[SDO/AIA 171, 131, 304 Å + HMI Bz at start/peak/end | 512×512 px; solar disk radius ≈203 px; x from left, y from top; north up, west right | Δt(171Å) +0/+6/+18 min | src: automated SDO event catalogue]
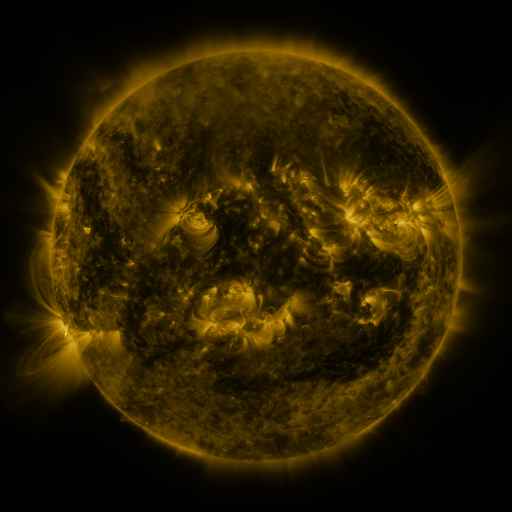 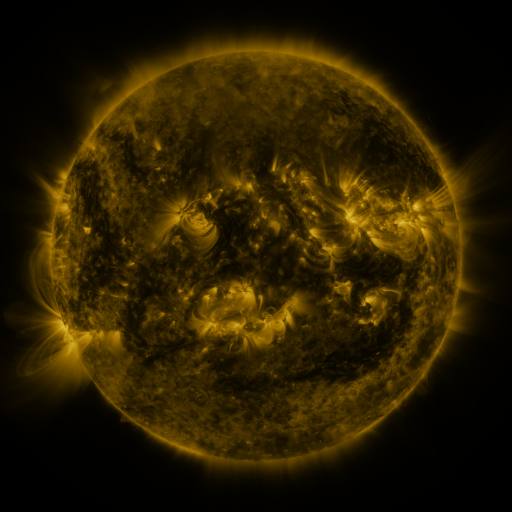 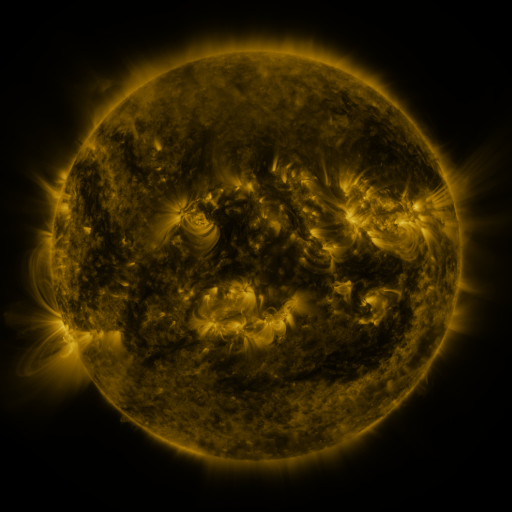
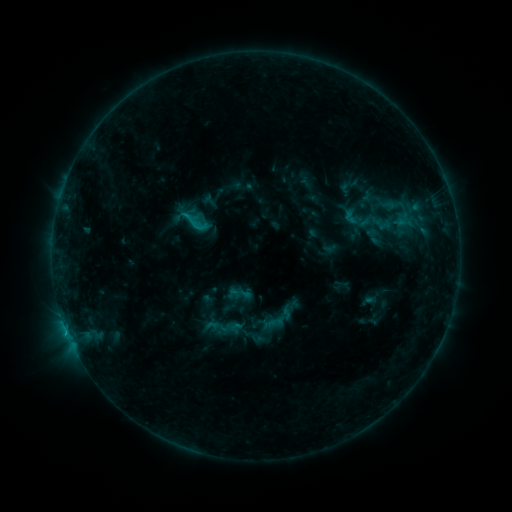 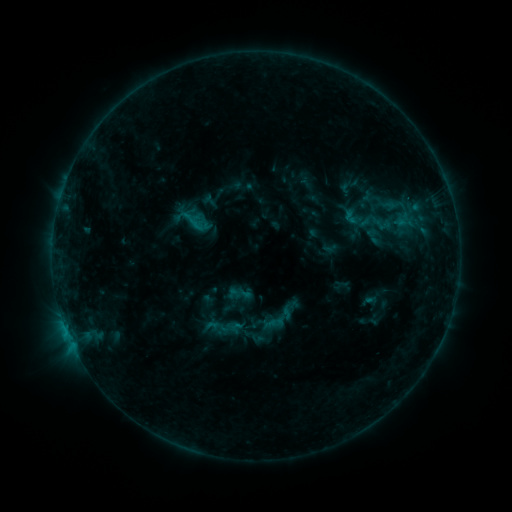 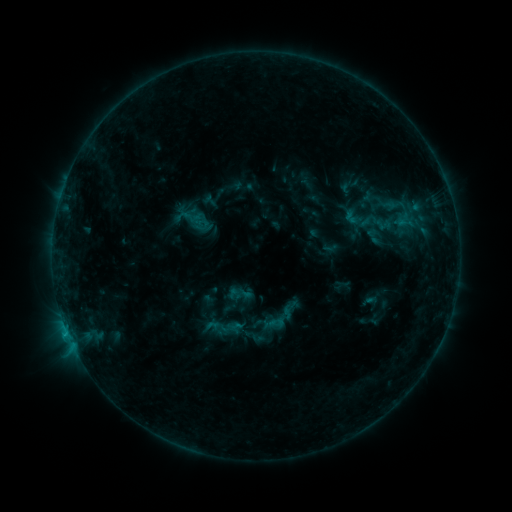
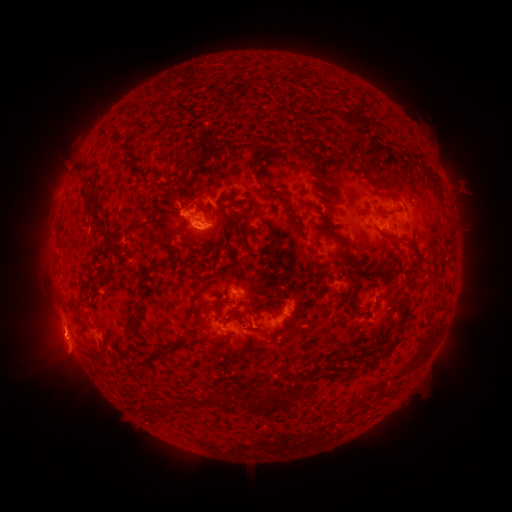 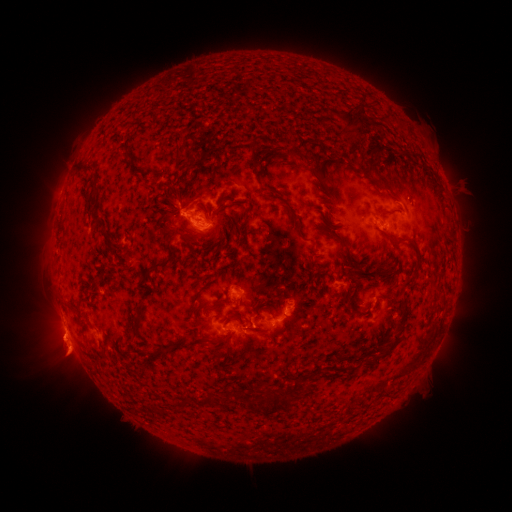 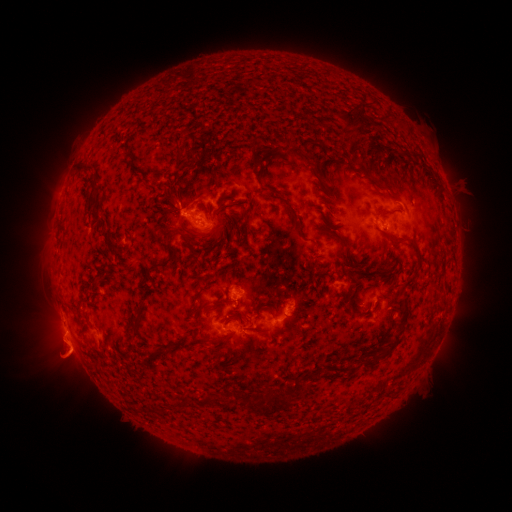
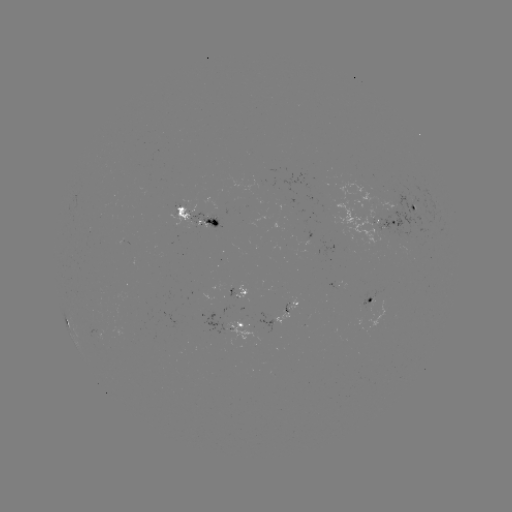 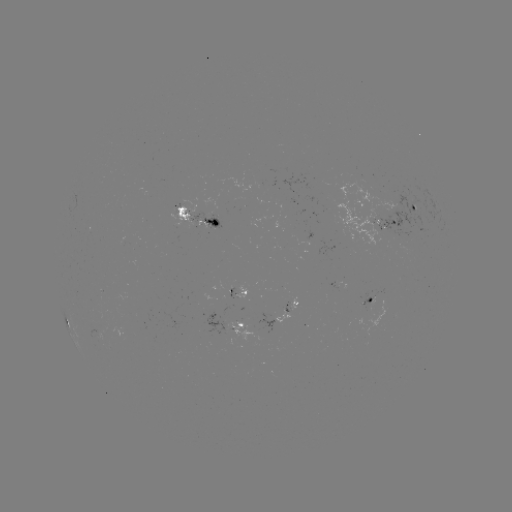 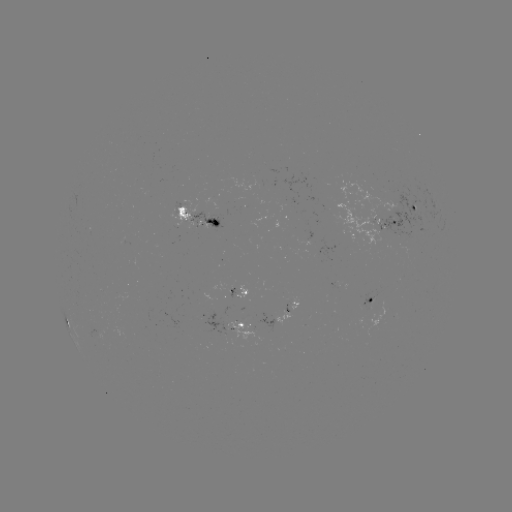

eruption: <bbox>38, 320, 89, 374</bbox>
